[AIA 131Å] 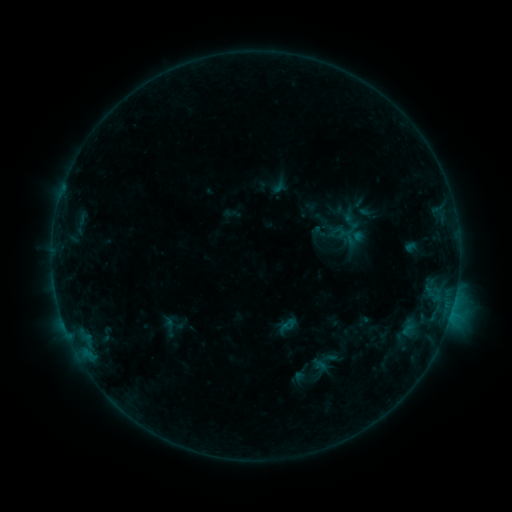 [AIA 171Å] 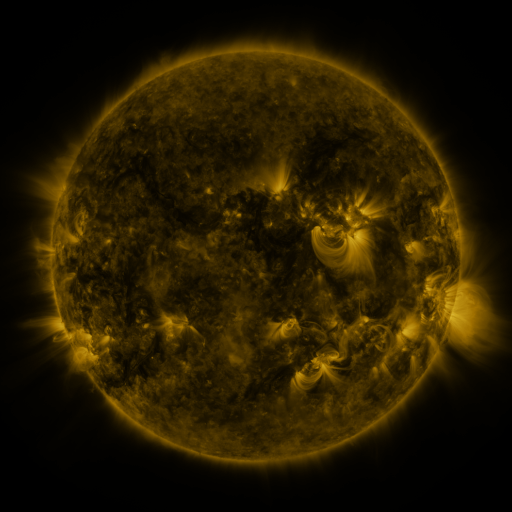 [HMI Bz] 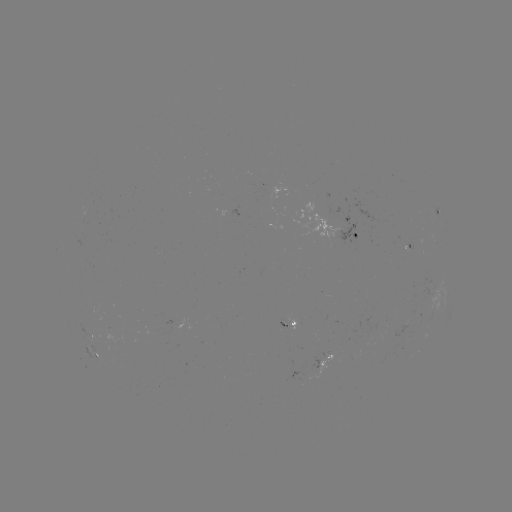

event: sigmoid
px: (288, 326)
